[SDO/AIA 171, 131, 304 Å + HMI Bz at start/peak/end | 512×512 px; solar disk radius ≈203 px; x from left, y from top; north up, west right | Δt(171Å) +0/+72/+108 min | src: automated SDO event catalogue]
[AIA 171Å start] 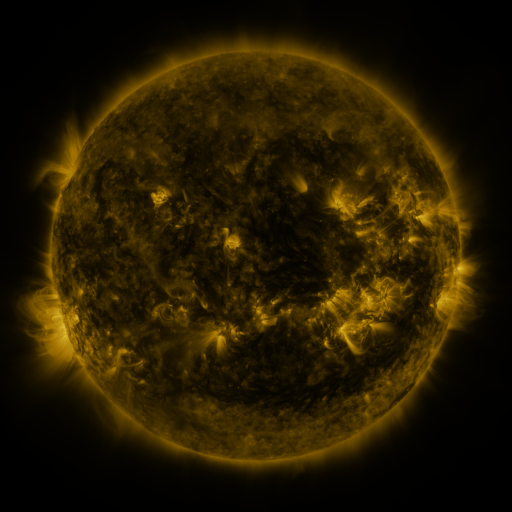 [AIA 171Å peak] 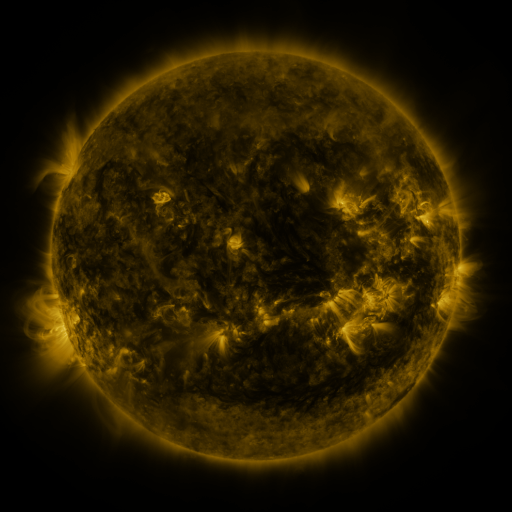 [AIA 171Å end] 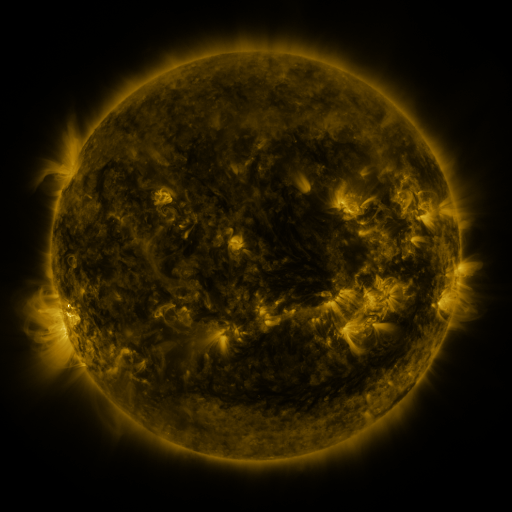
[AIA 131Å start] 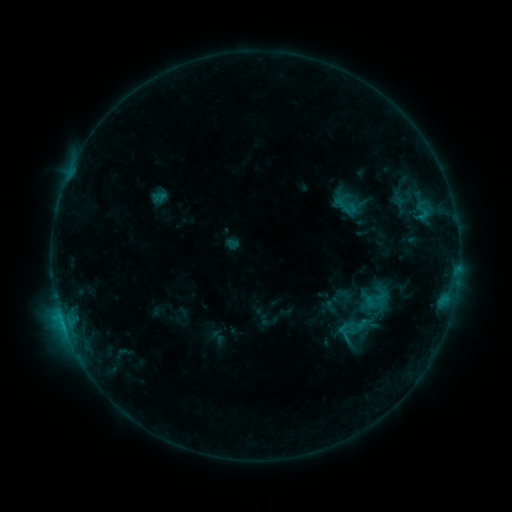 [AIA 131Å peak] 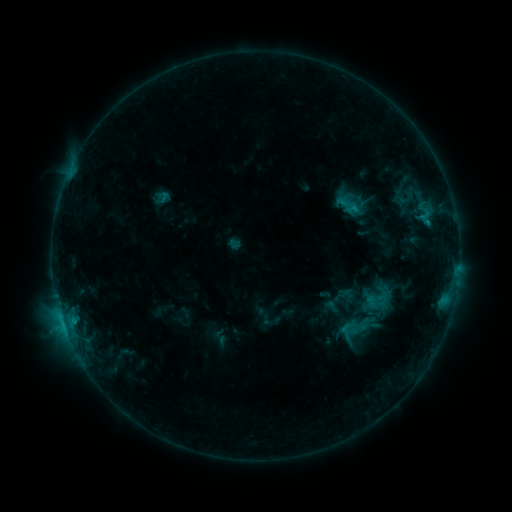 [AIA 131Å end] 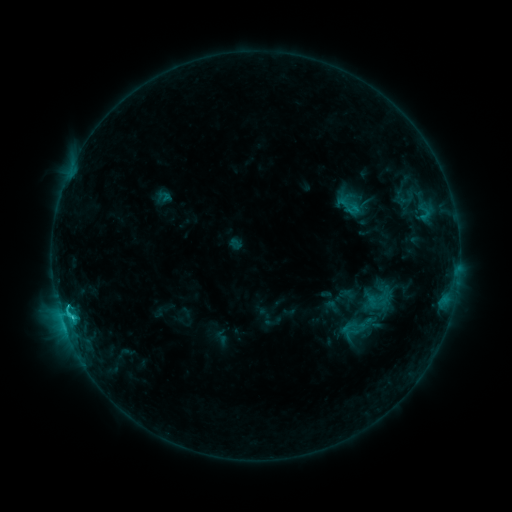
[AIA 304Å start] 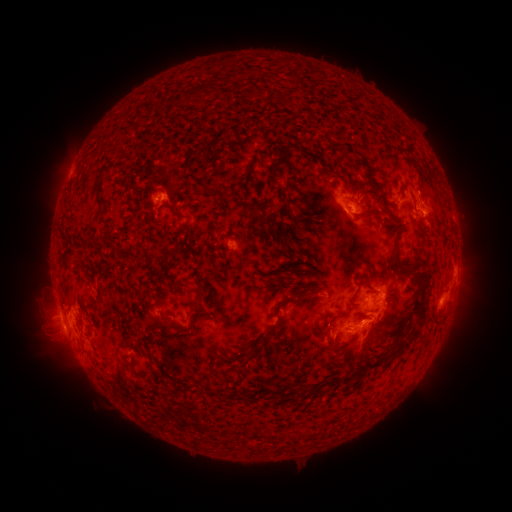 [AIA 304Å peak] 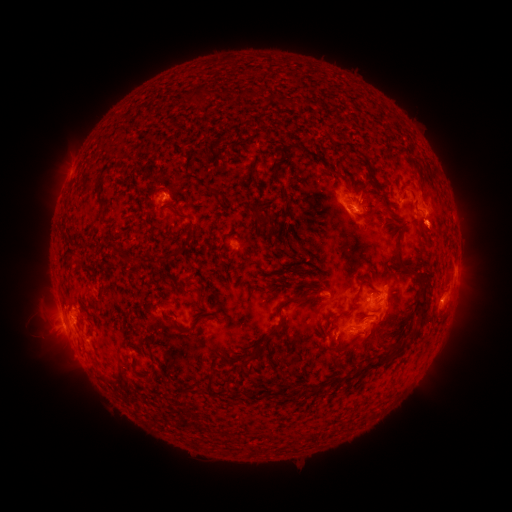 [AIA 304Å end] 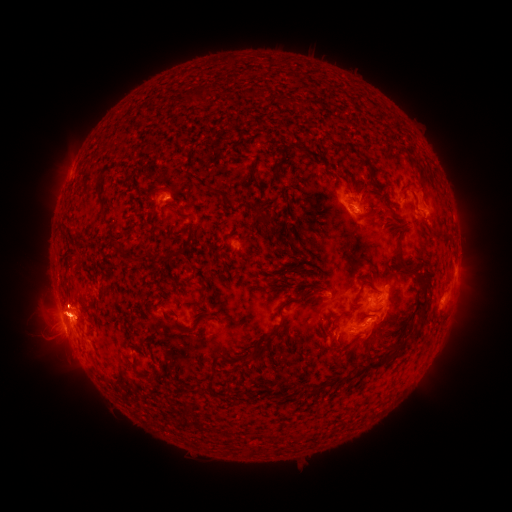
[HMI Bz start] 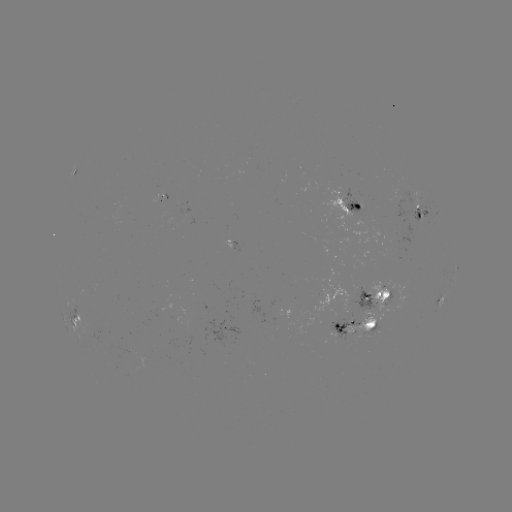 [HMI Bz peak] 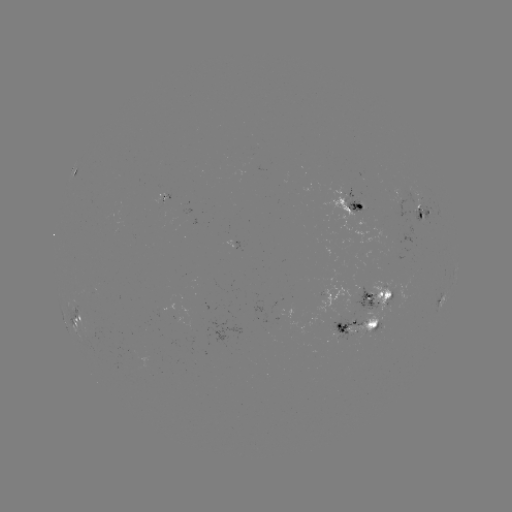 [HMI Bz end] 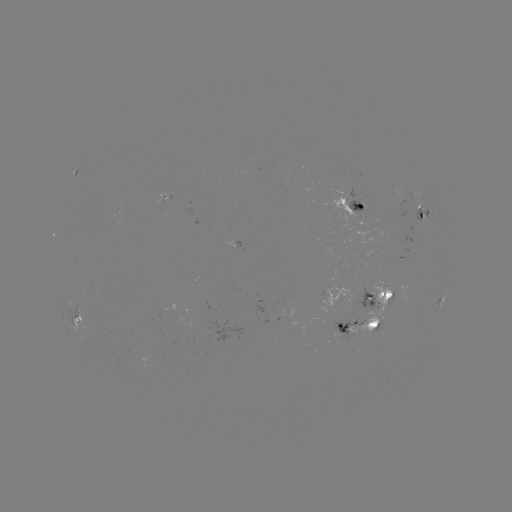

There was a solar emerging-flux region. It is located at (376, 330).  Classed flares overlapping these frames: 2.